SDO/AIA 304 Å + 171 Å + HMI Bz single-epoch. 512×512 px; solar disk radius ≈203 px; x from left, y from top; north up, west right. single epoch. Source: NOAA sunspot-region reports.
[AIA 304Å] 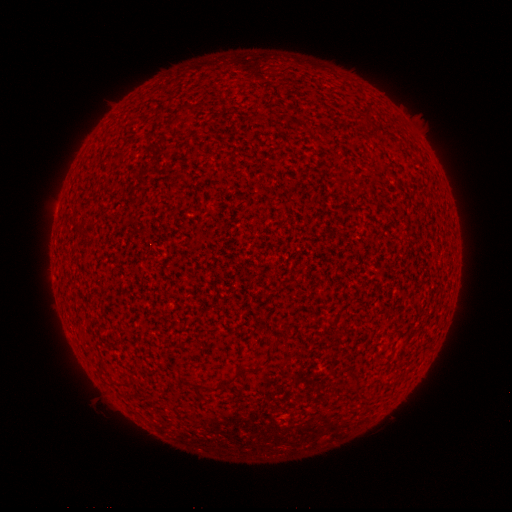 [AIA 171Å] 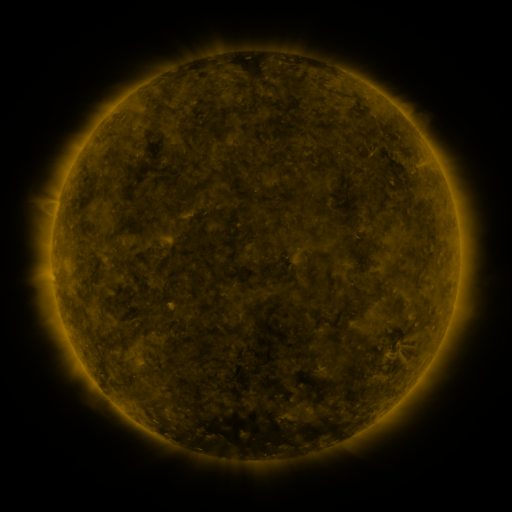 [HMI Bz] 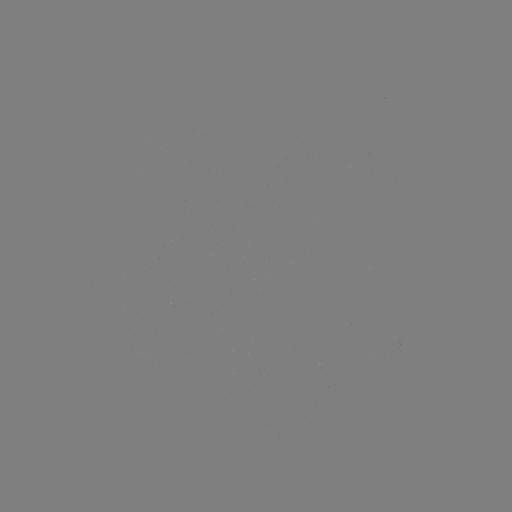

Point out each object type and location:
(none)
